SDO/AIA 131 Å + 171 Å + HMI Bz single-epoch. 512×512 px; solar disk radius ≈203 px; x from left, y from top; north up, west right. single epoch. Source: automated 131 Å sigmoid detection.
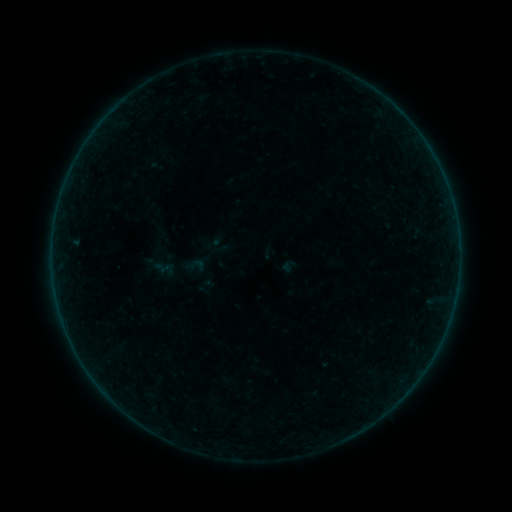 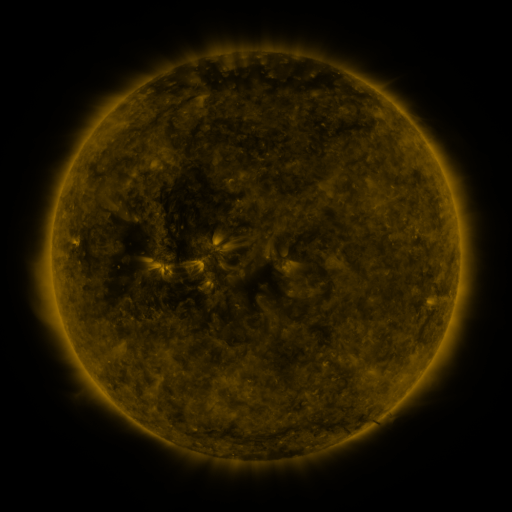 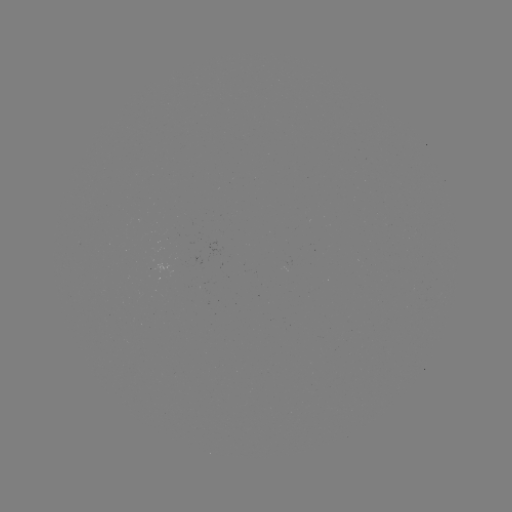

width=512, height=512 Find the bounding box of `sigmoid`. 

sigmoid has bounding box [185, 254, 206, 276].